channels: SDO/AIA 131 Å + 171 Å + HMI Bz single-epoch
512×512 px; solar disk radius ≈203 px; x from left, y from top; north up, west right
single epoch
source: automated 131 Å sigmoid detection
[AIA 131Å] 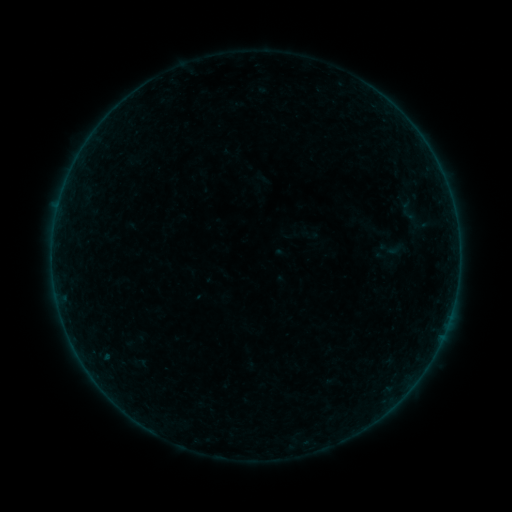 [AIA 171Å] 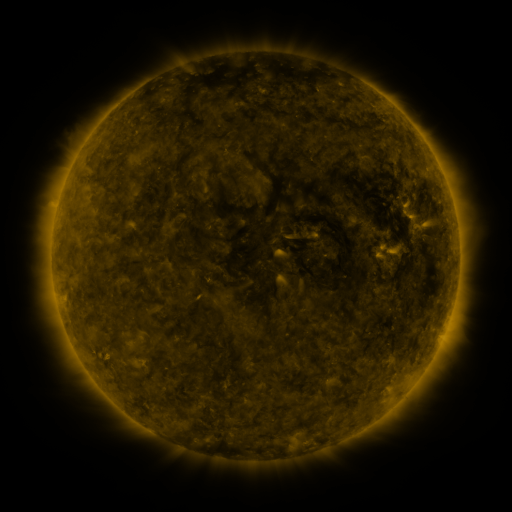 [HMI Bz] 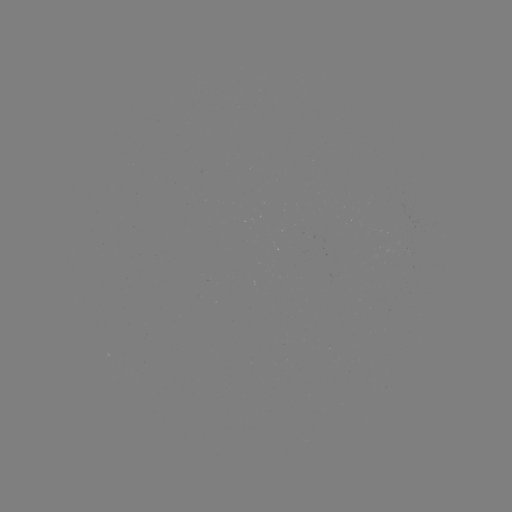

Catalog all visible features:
sigmoid: (310, 234)
sigmoid: (392, 249)
